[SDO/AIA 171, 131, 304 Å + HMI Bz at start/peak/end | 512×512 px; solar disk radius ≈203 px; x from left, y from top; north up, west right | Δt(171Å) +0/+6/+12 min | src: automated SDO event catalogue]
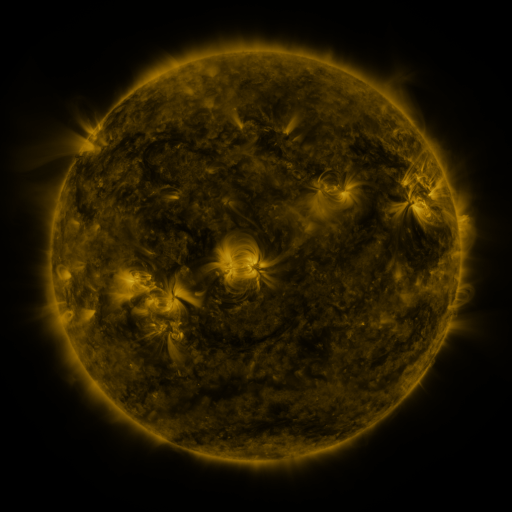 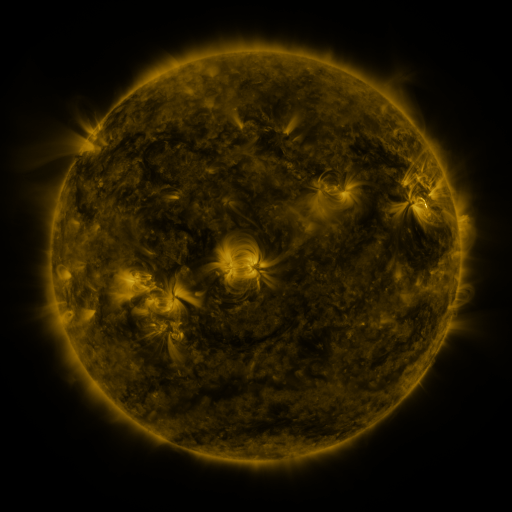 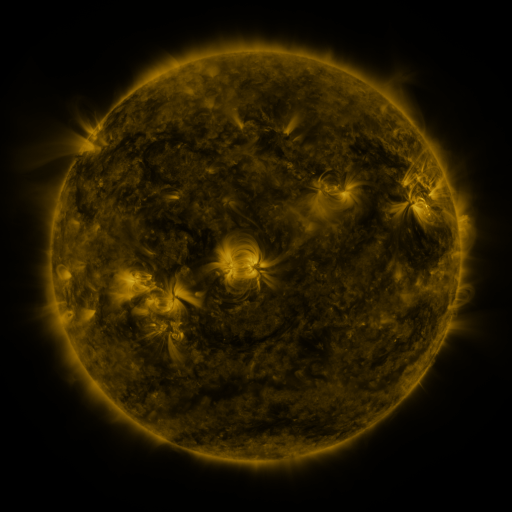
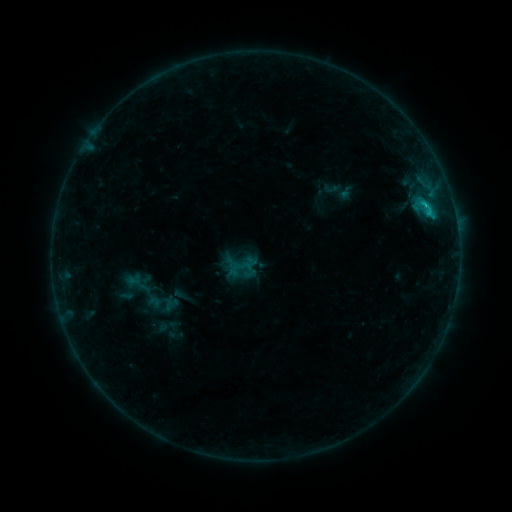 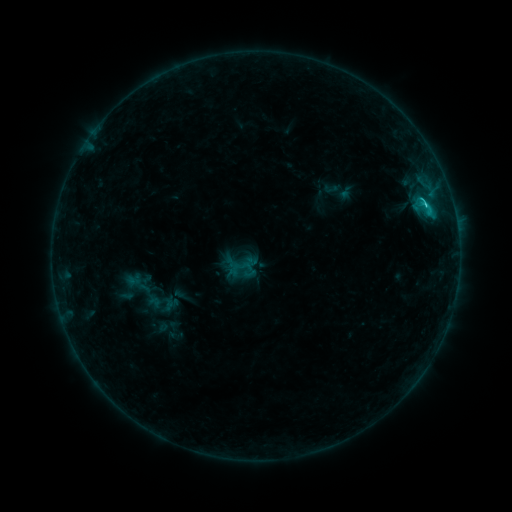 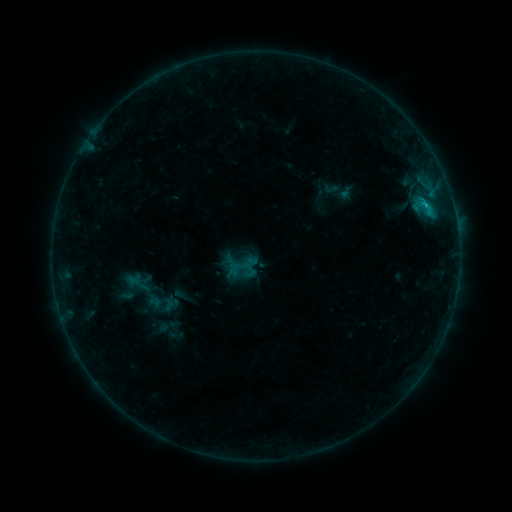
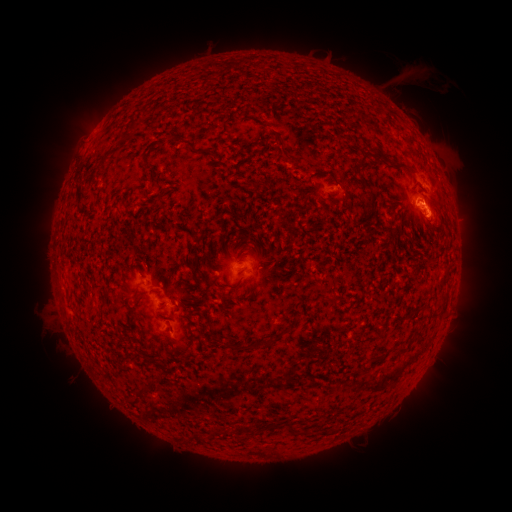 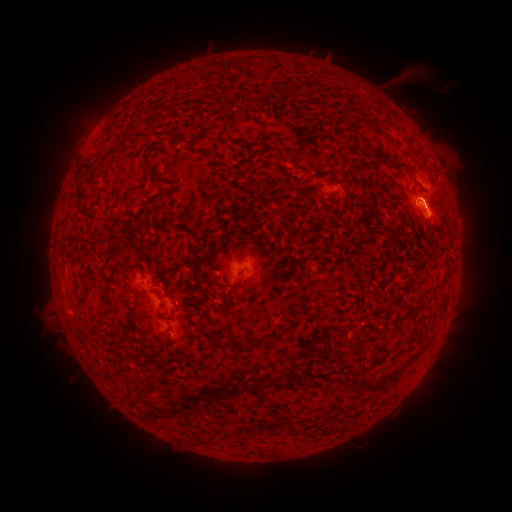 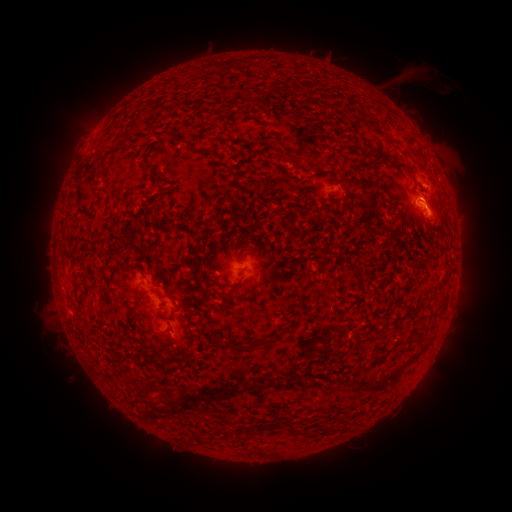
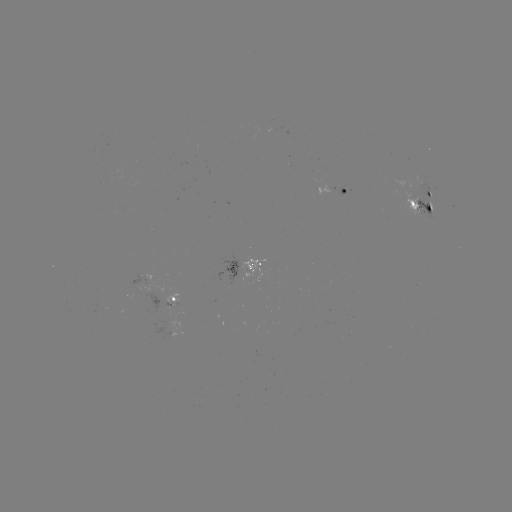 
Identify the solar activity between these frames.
C1.9 flare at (424, 207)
